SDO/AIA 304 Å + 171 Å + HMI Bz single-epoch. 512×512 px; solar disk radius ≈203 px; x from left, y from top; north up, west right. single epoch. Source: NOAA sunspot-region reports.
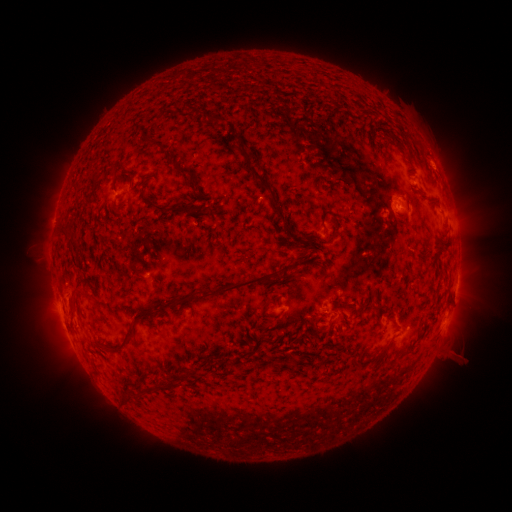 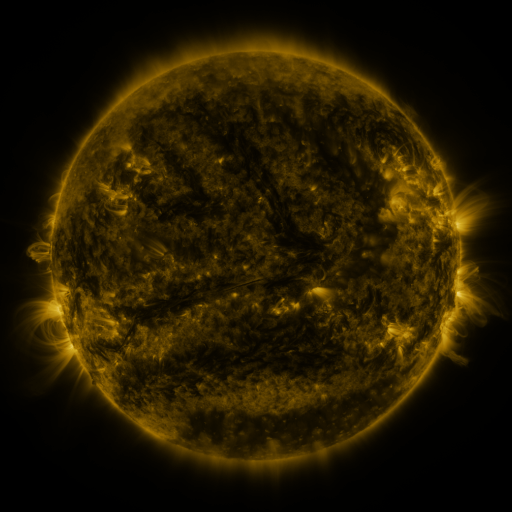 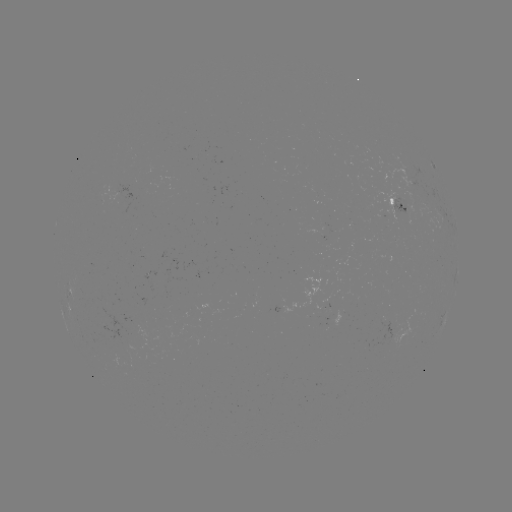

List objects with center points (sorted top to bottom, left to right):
spotted active region: (398, 208)
spotted active region: (456, 287)
